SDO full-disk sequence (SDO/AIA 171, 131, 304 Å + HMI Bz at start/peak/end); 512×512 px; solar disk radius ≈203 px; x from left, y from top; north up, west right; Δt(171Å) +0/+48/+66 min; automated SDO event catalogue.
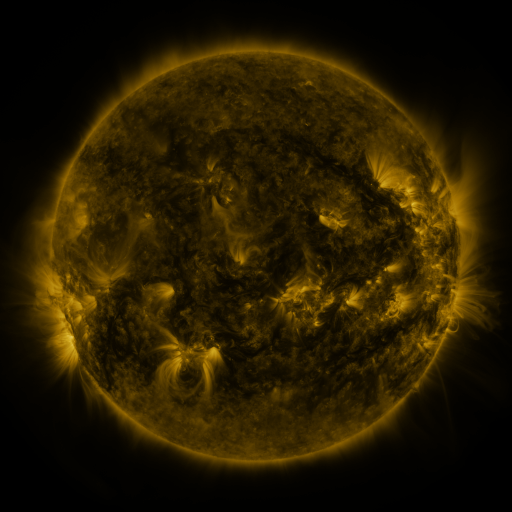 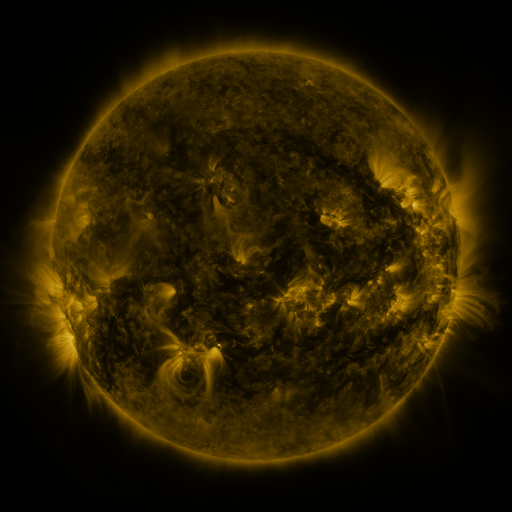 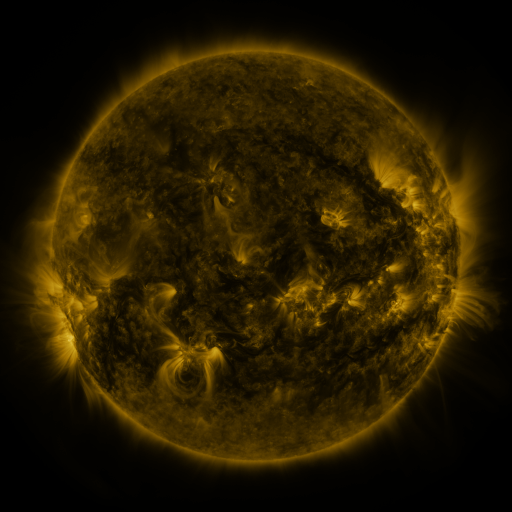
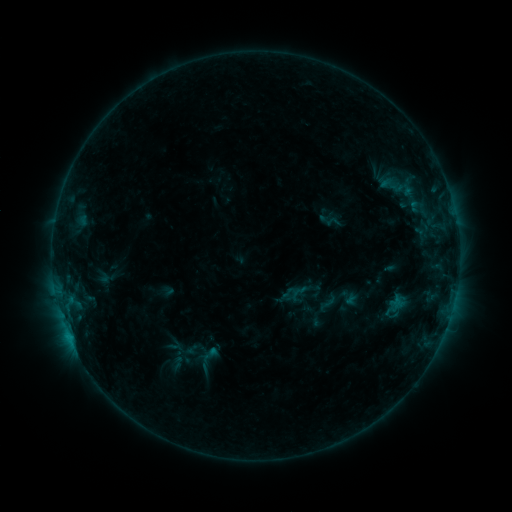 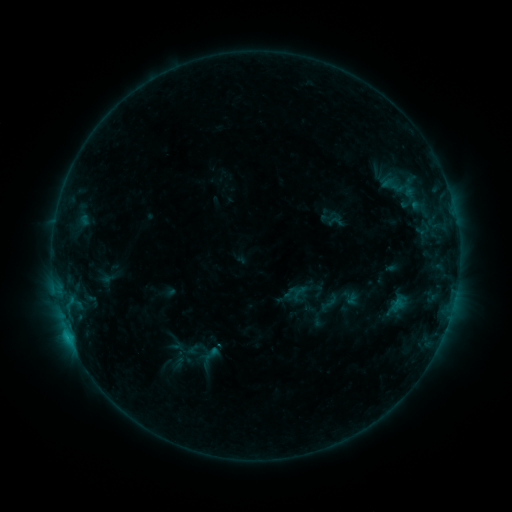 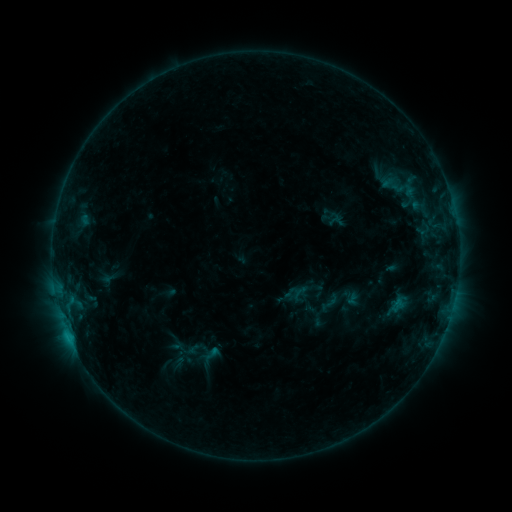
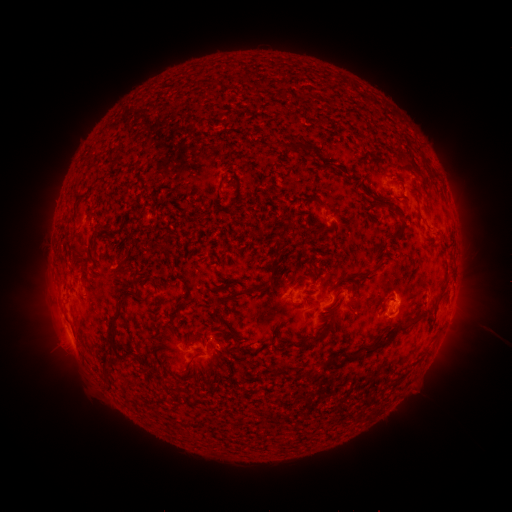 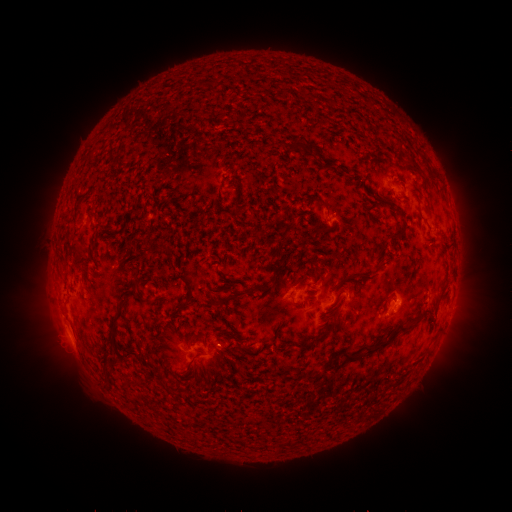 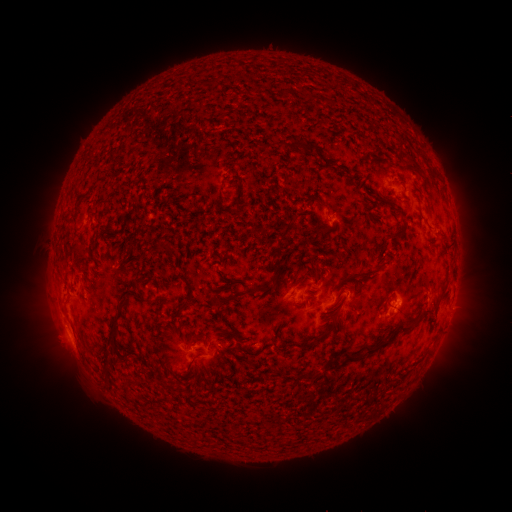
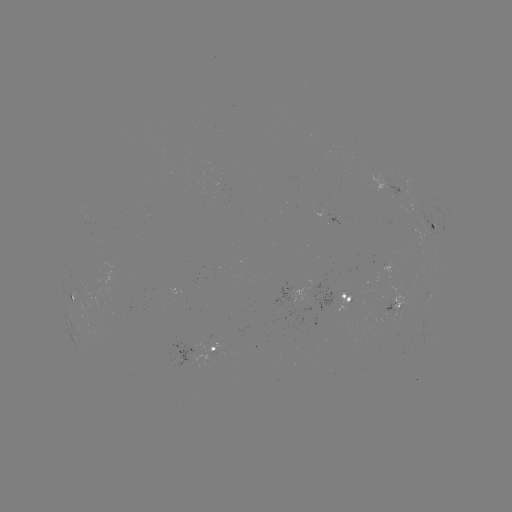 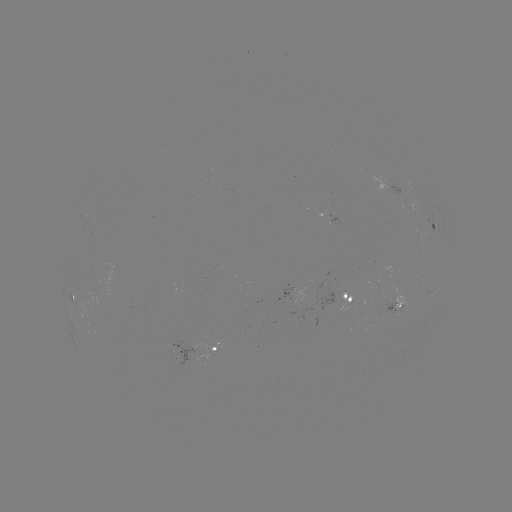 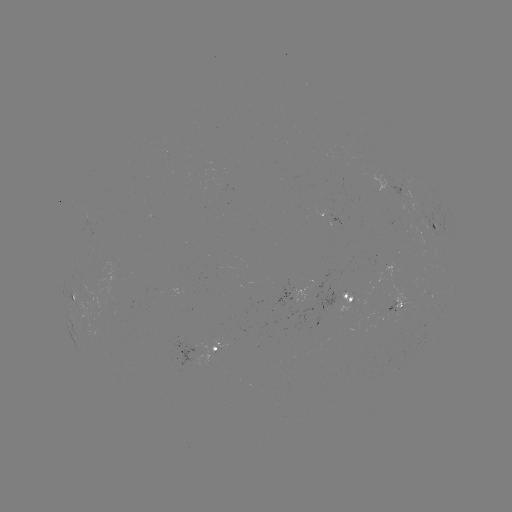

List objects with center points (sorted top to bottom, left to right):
C1.0 flare: (69, 334)
